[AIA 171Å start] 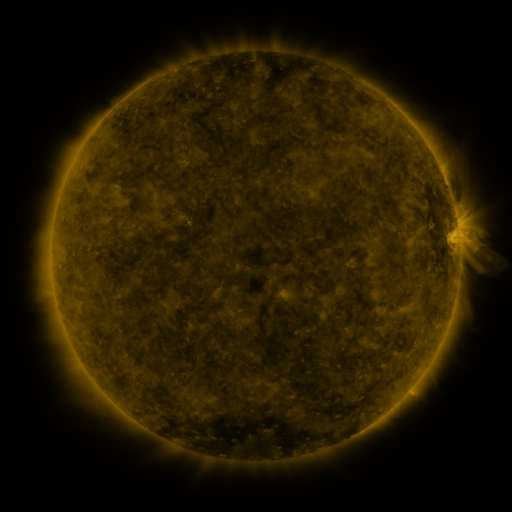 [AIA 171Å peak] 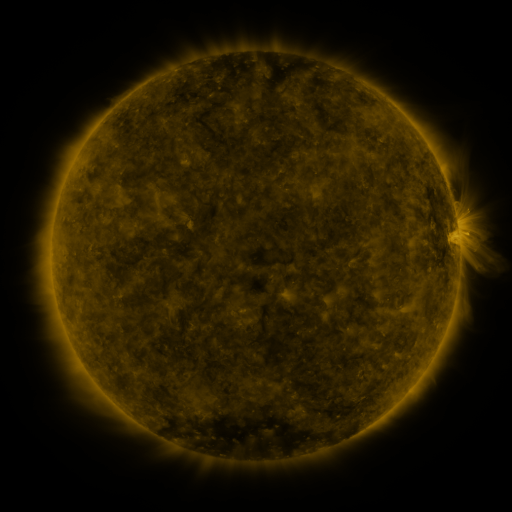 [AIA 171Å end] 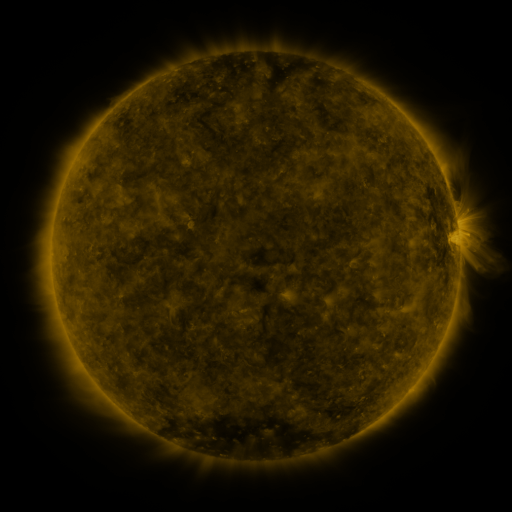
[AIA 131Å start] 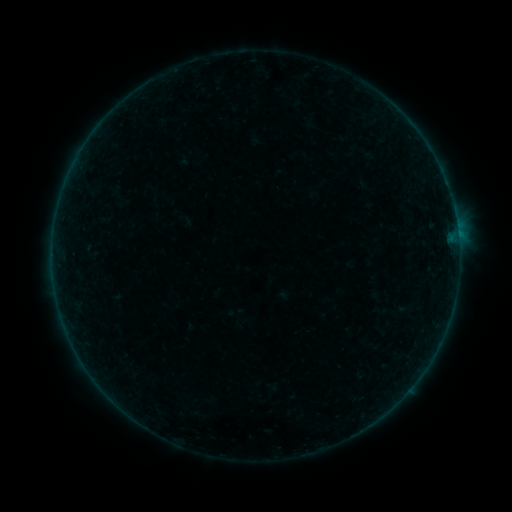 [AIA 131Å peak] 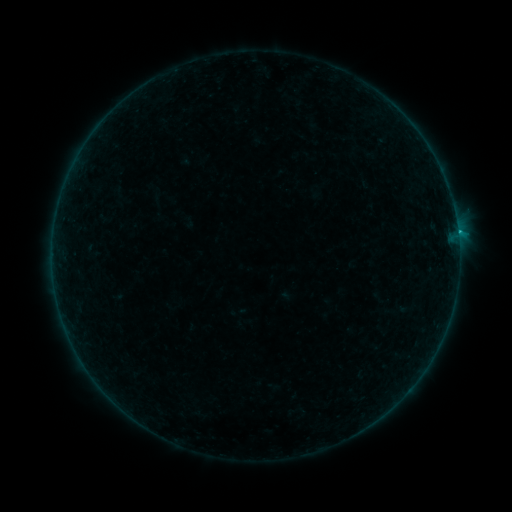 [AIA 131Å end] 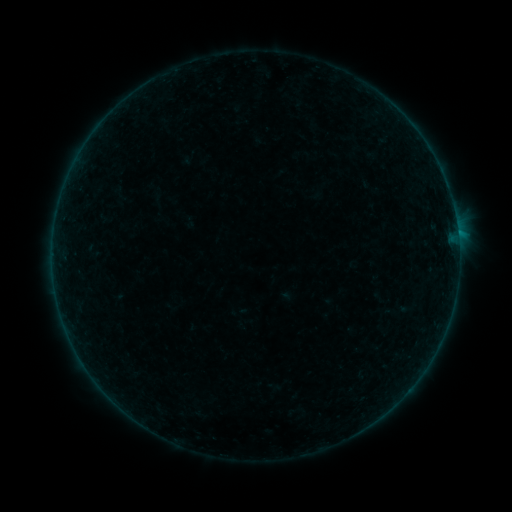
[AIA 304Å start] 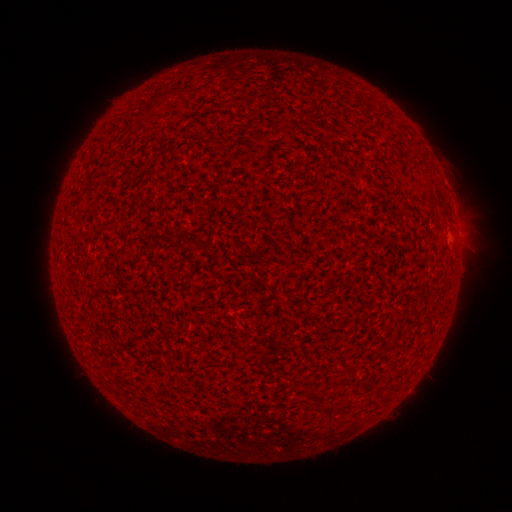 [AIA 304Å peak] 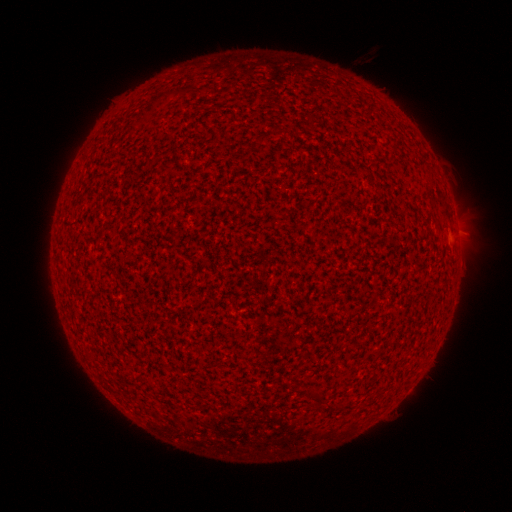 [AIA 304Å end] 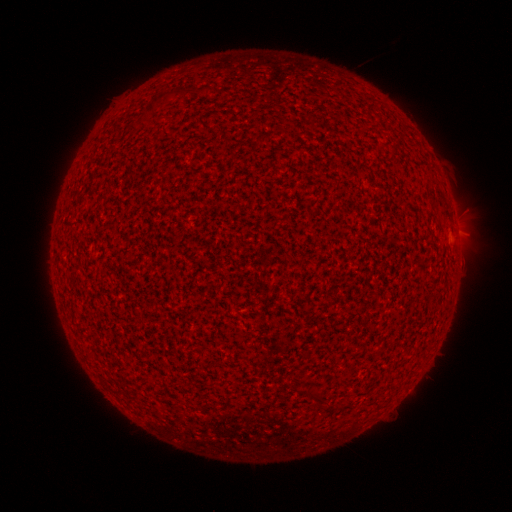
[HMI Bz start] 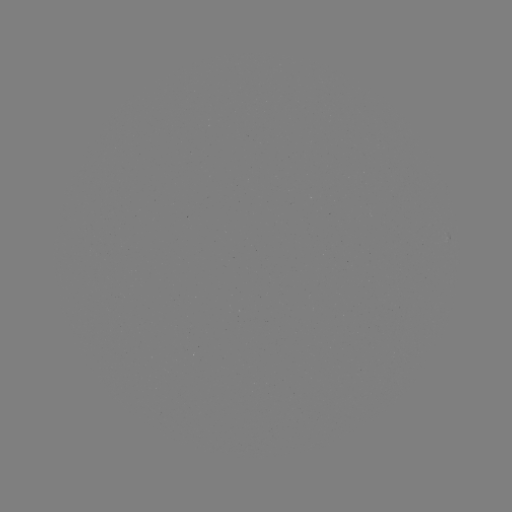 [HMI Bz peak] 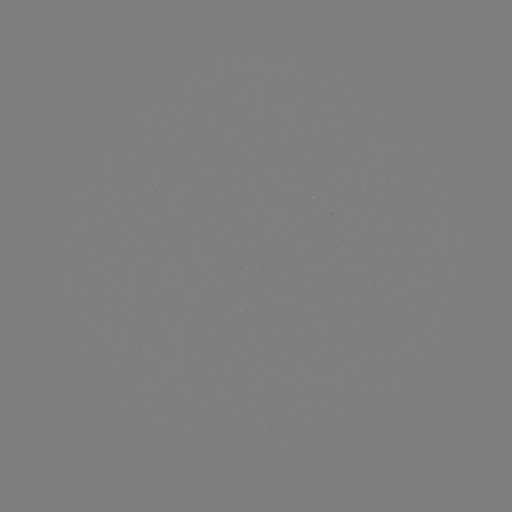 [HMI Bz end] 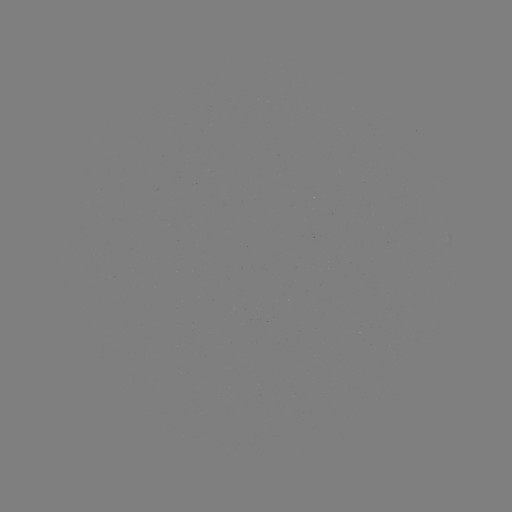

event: flare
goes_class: B3.6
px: (457, 234)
